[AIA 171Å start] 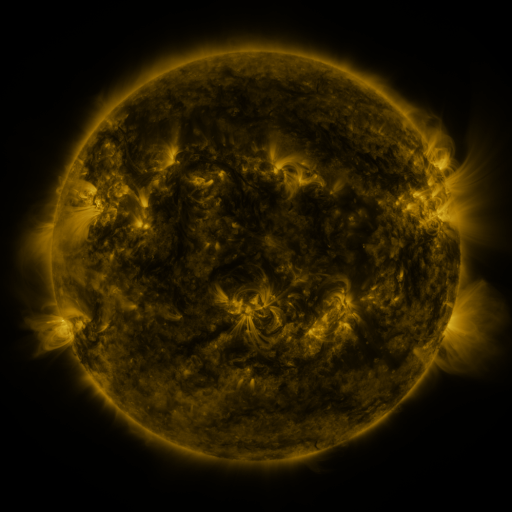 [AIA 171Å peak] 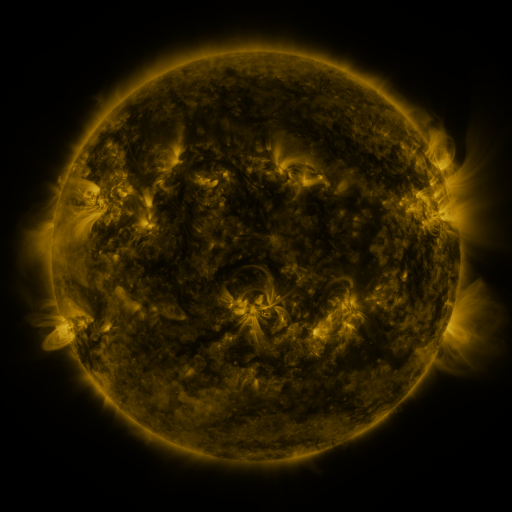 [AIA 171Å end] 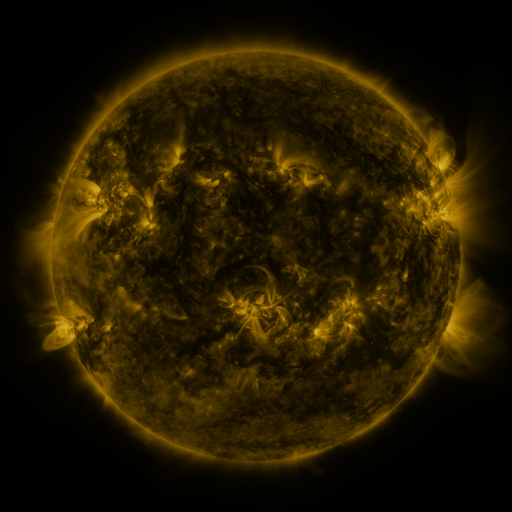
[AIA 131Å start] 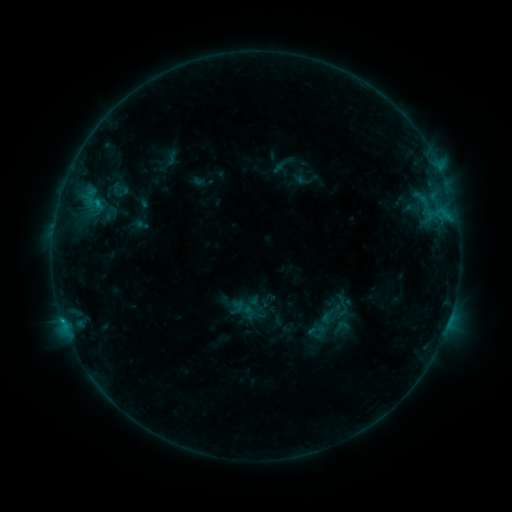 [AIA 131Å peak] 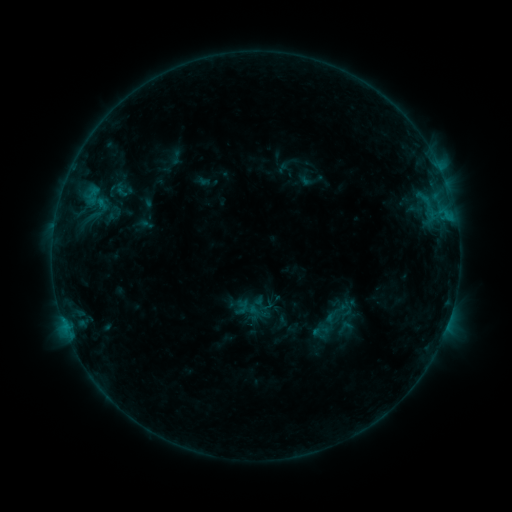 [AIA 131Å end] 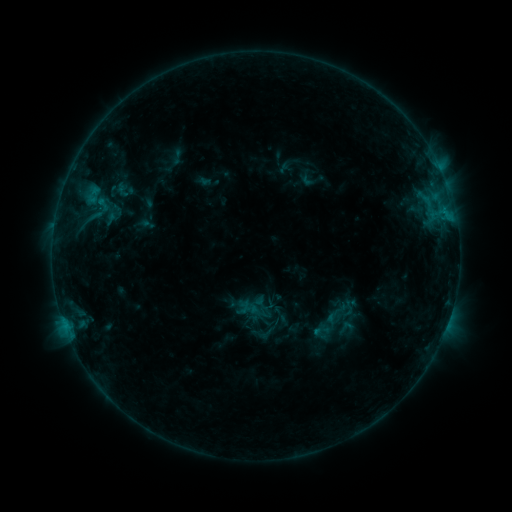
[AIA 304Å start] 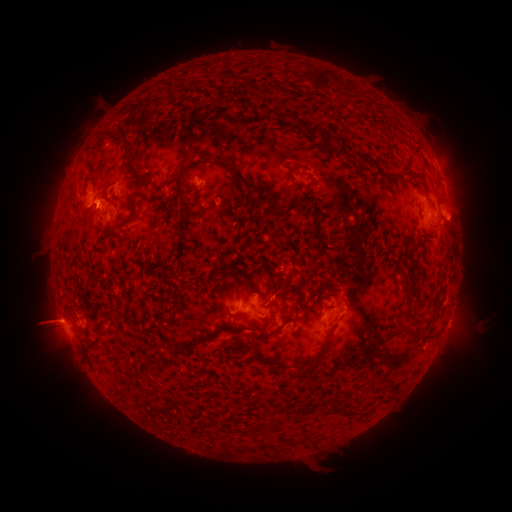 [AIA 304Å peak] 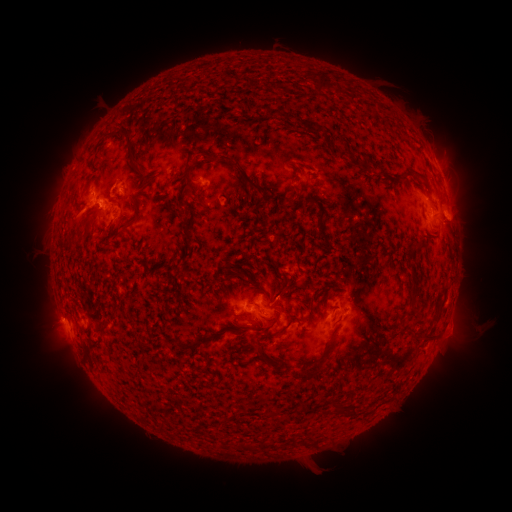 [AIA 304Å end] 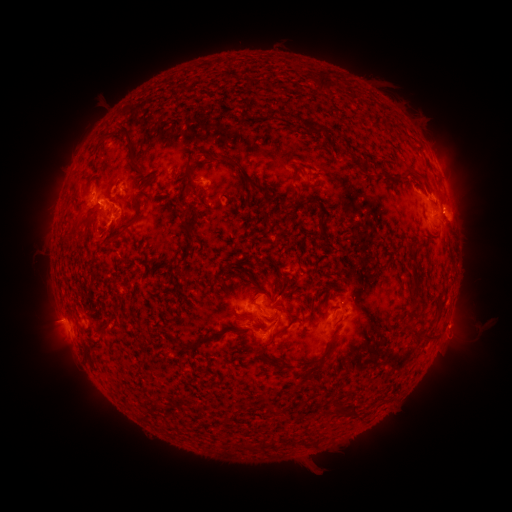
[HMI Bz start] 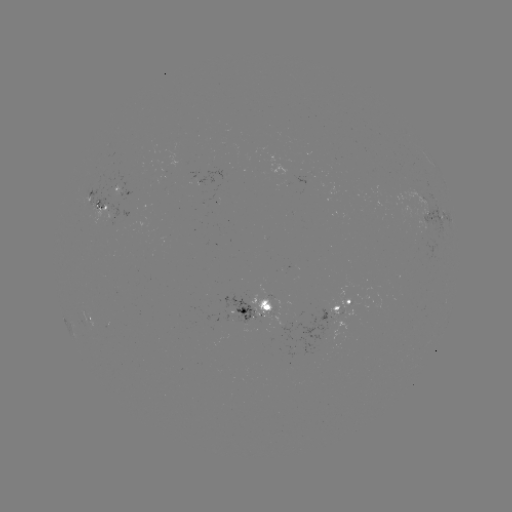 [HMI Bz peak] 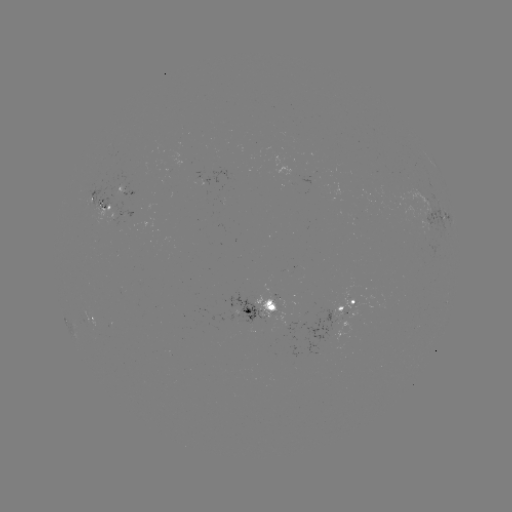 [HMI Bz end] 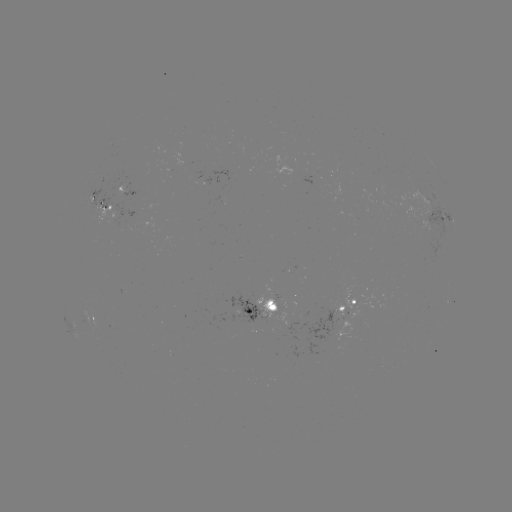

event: emerging-flux region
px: (116, 191)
